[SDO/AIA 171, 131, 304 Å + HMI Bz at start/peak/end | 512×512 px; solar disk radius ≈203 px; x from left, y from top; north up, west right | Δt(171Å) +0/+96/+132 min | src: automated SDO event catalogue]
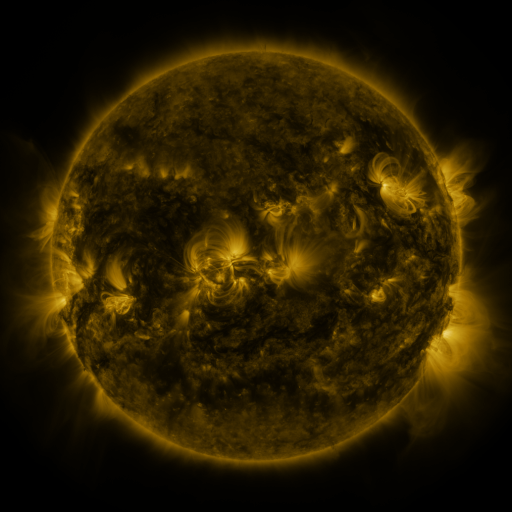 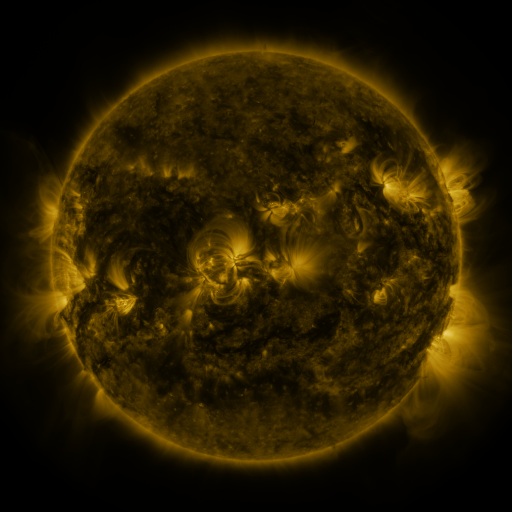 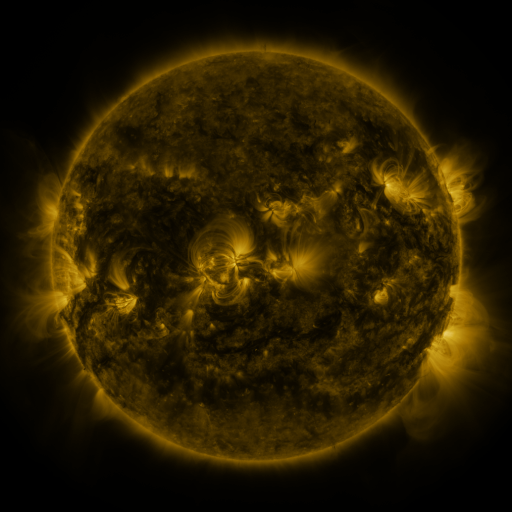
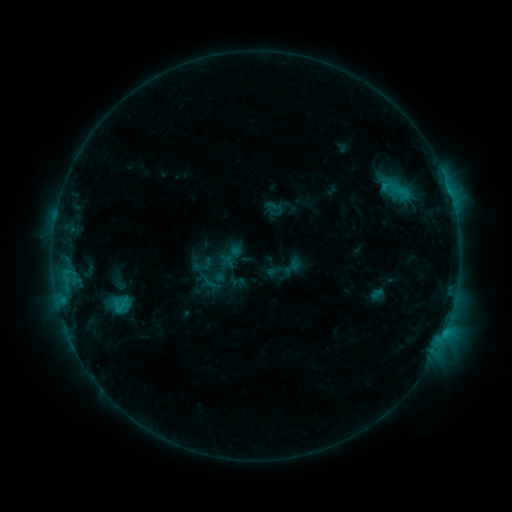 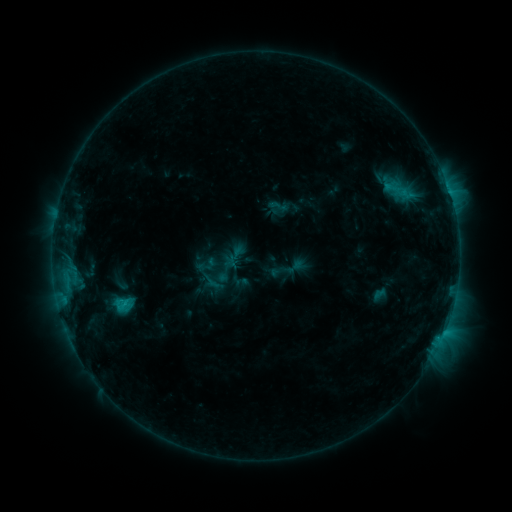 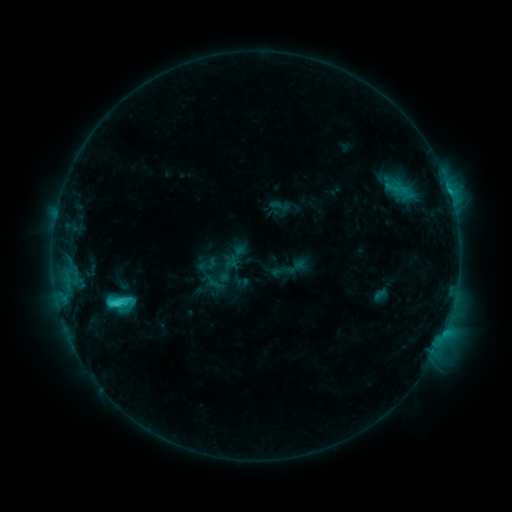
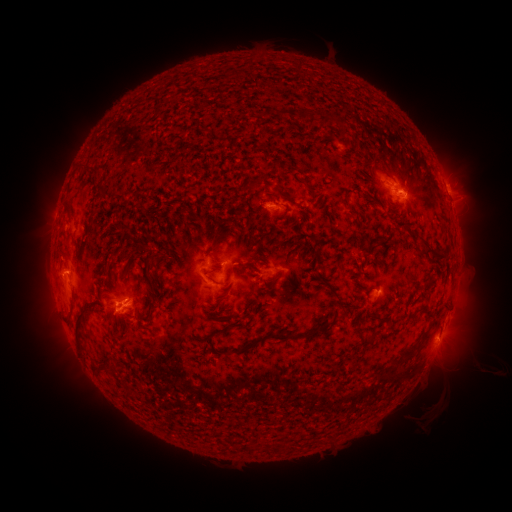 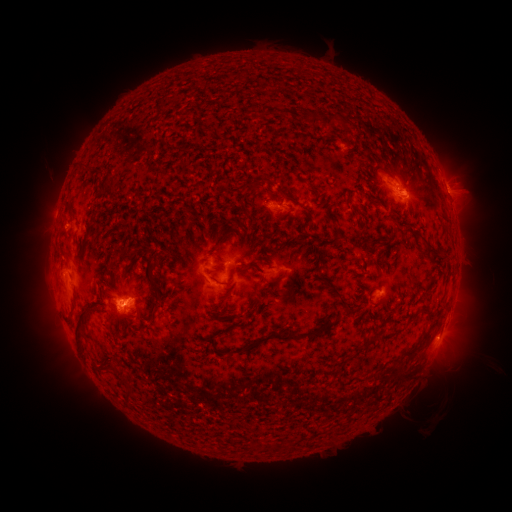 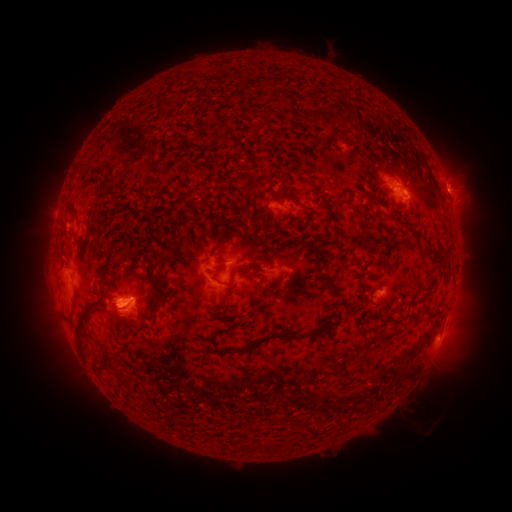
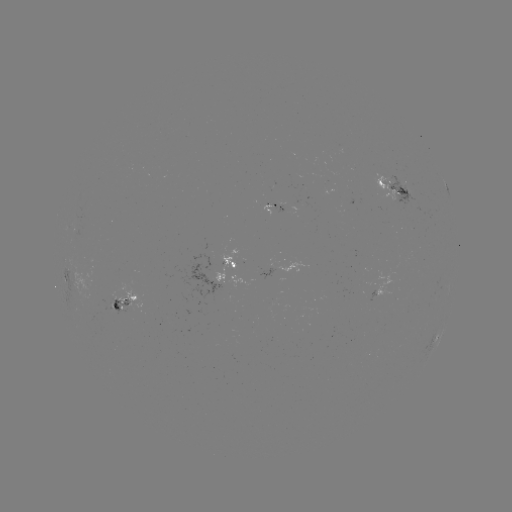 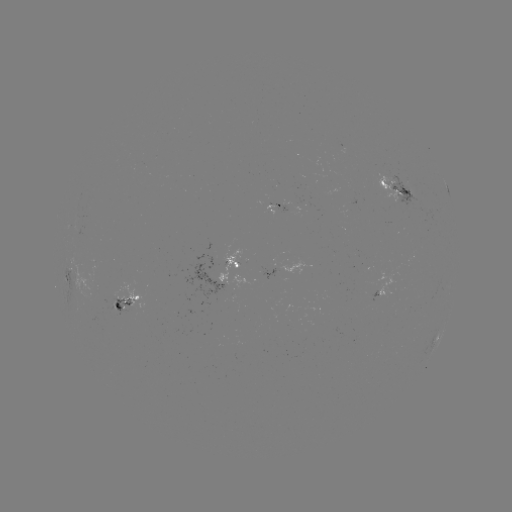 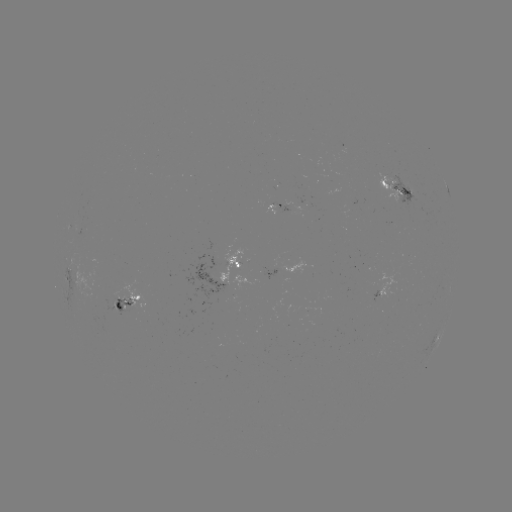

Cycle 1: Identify emerging-flux region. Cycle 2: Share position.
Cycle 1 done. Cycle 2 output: (122, 306).